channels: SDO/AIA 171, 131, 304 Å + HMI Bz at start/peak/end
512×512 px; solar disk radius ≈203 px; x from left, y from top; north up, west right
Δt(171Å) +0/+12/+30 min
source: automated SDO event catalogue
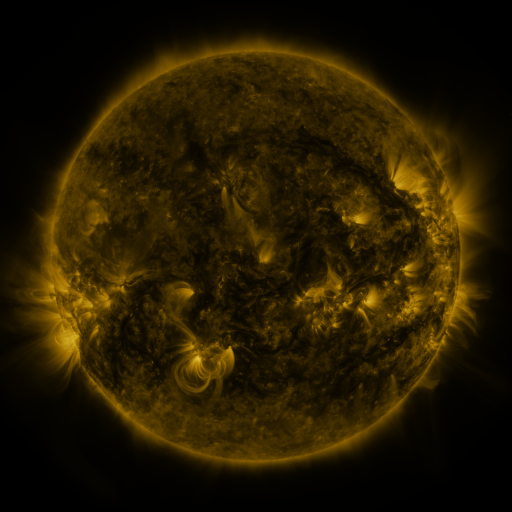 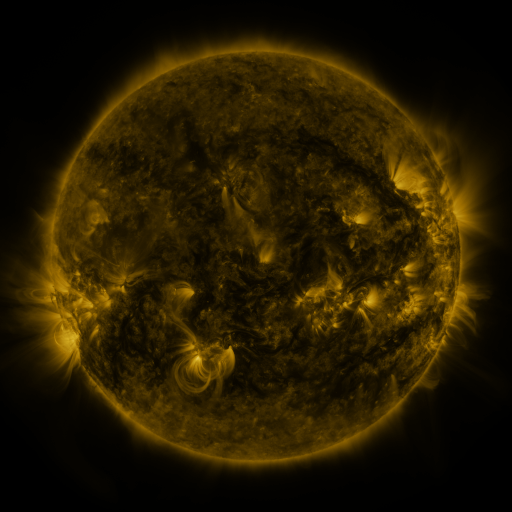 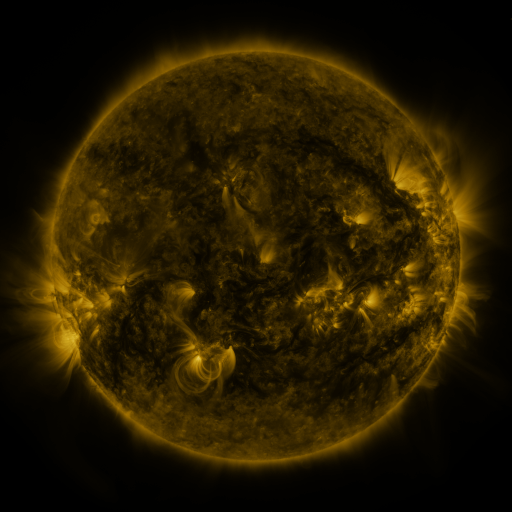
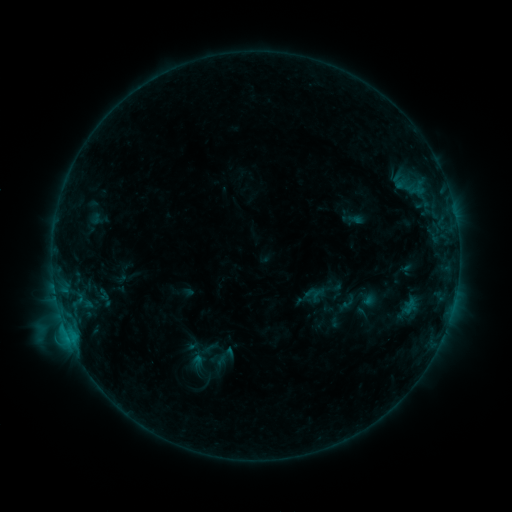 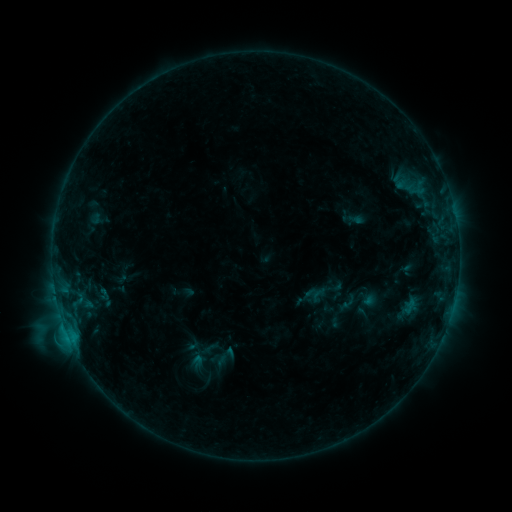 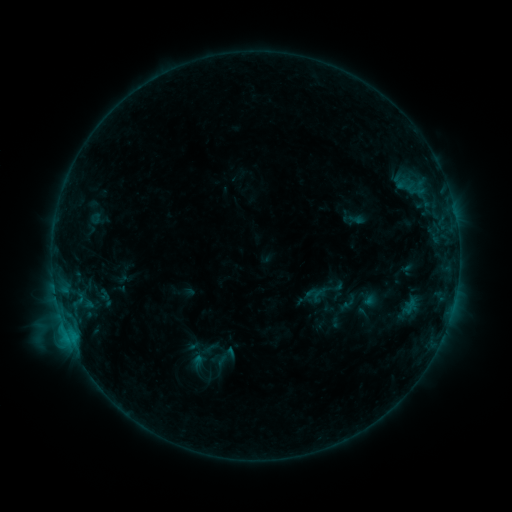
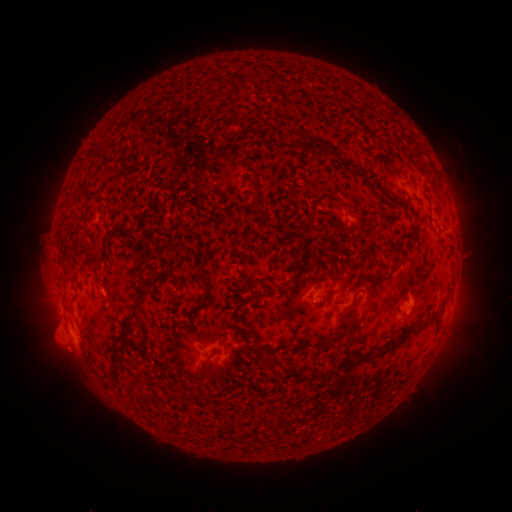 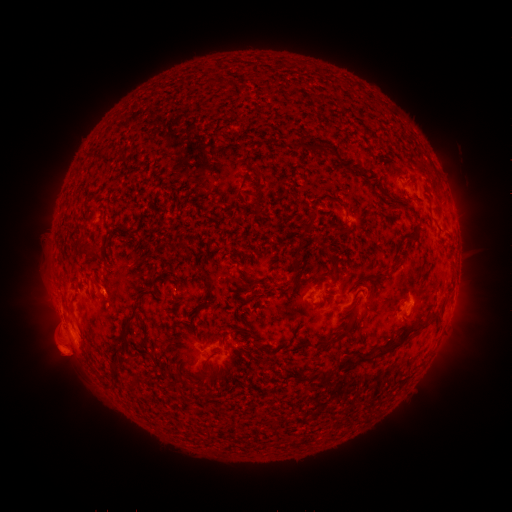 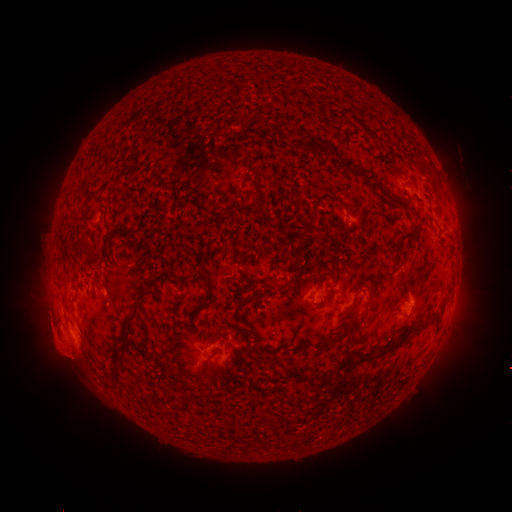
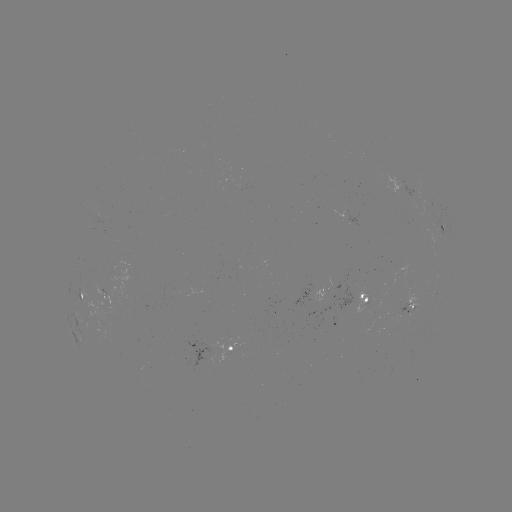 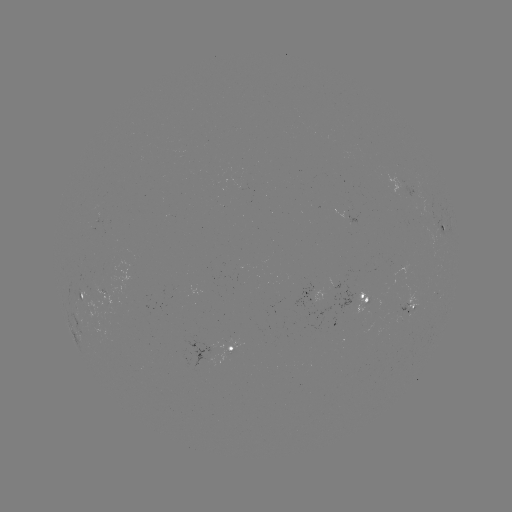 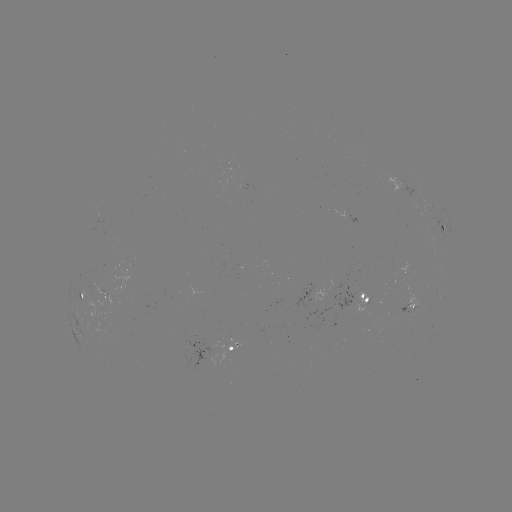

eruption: <bbox>32, 310, 95, 389</bbox>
